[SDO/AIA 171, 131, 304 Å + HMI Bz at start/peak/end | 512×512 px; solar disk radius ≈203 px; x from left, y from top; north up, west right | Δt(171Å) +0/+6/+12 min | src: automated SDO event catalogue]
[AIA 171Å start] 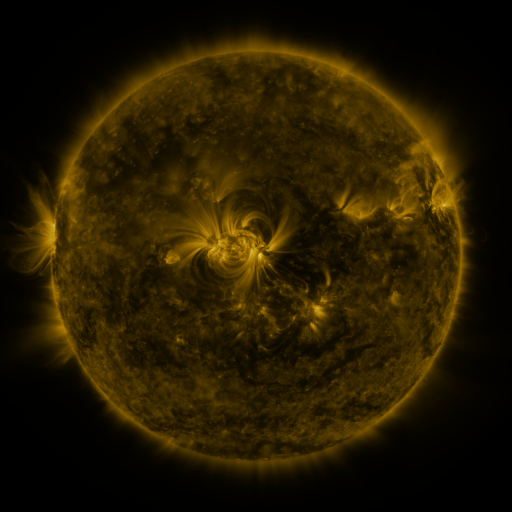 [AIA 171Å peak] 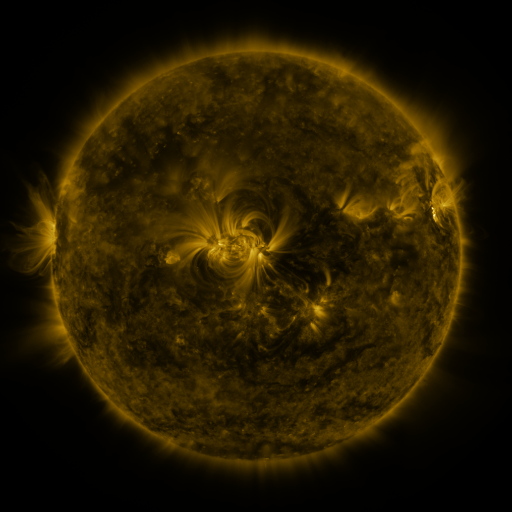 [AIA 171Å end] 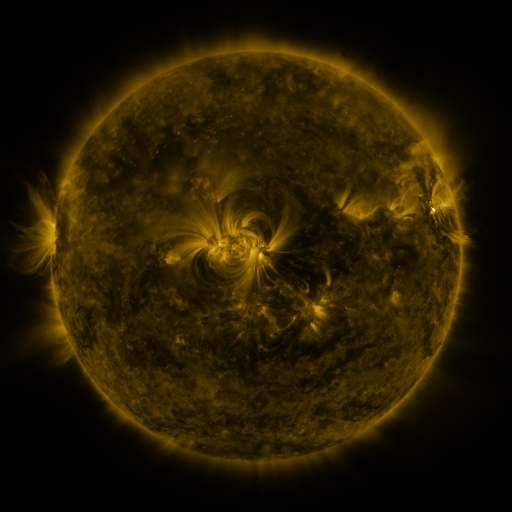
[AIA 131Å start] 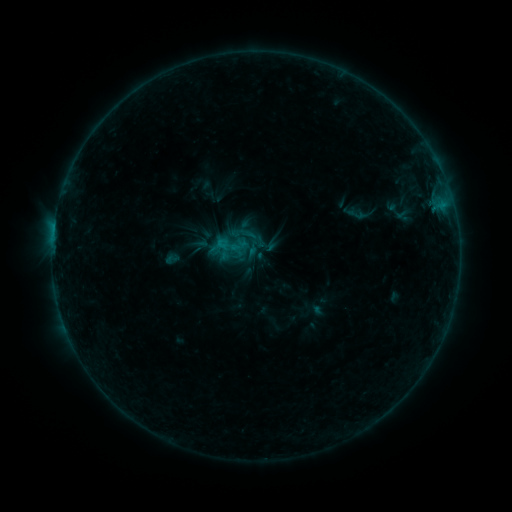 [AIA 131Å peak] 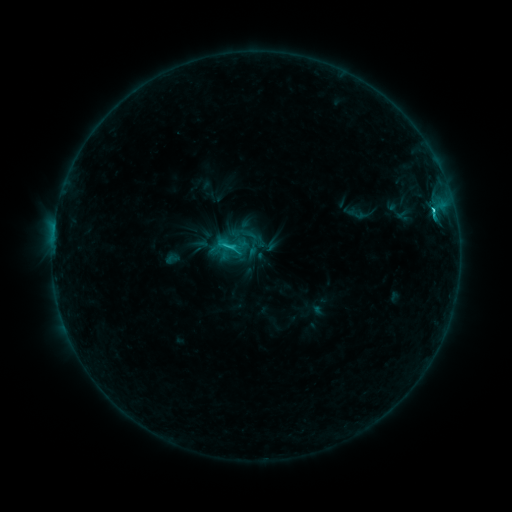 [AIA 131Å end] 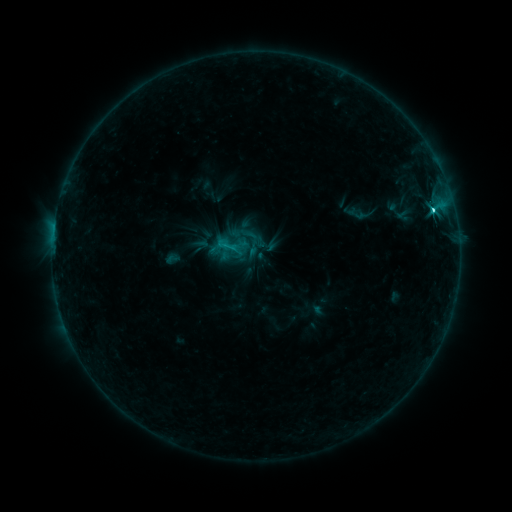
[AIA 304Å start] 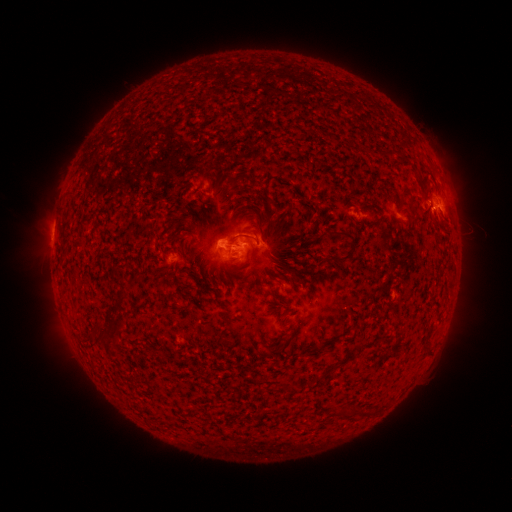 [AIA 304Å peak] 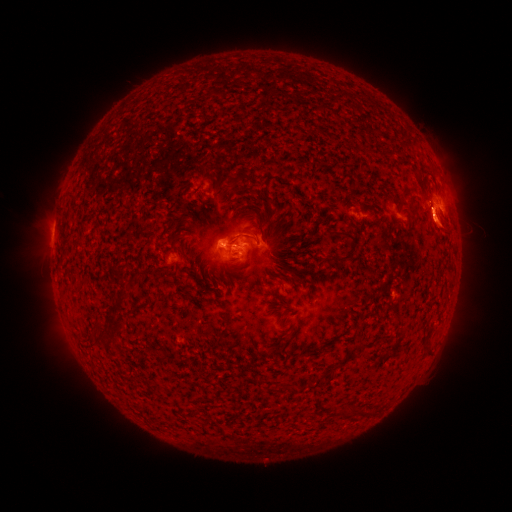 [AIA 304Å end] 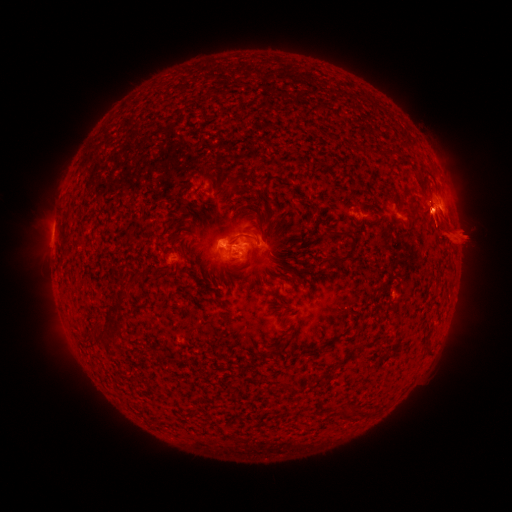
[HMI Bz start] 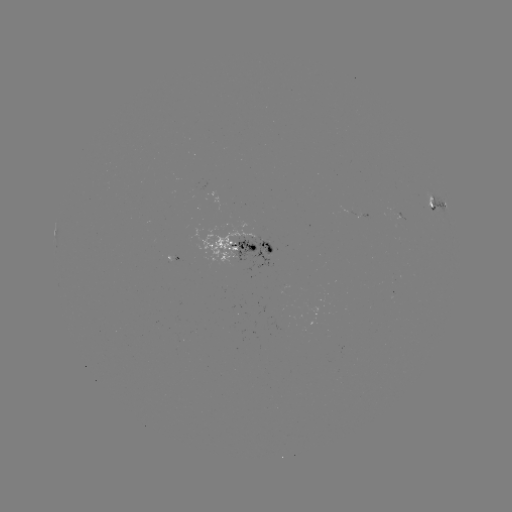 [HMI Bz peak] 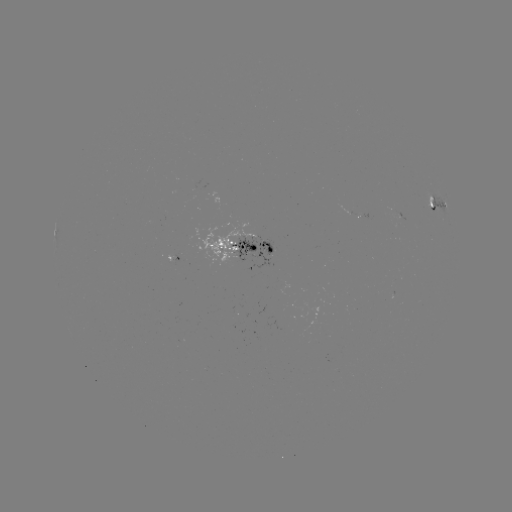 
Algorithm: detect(C3.0 flare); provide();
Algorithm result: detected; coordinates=433,213